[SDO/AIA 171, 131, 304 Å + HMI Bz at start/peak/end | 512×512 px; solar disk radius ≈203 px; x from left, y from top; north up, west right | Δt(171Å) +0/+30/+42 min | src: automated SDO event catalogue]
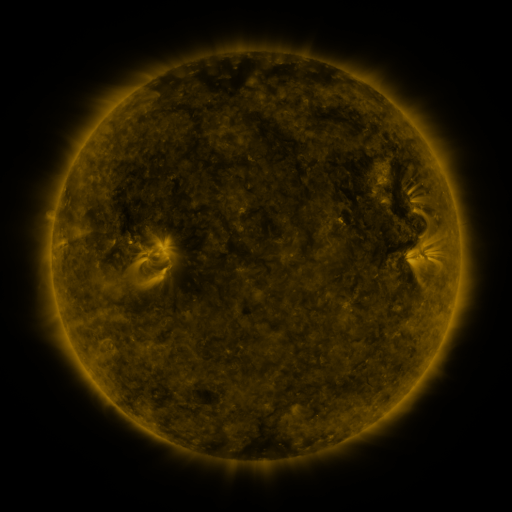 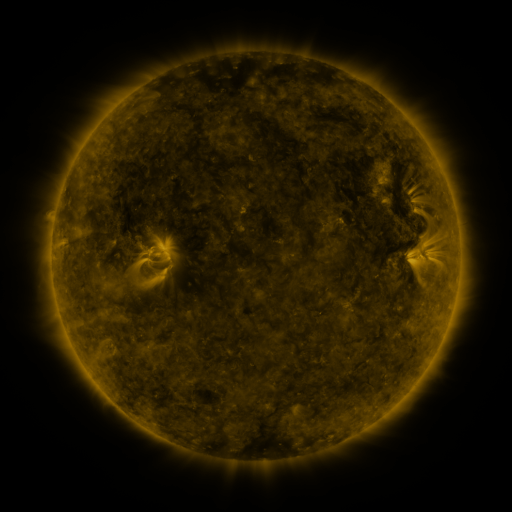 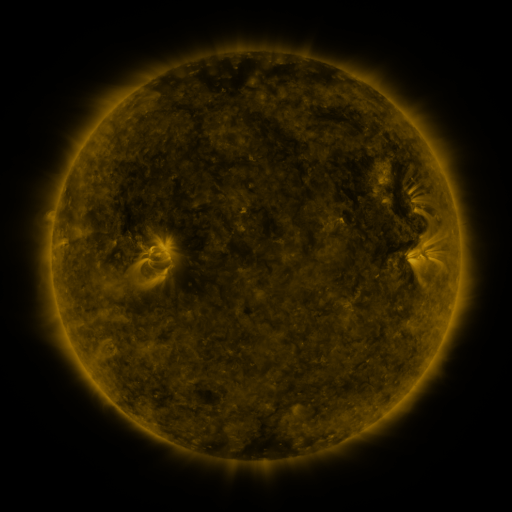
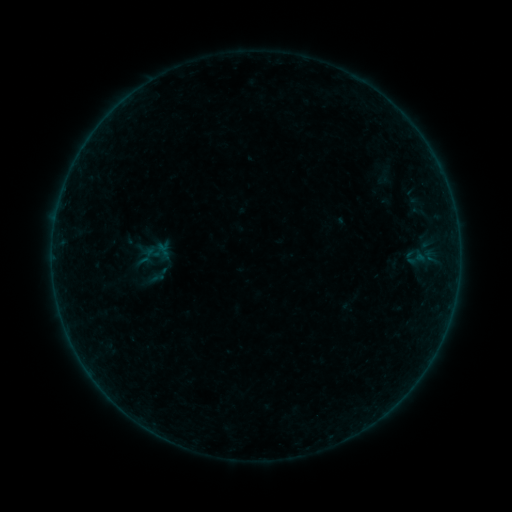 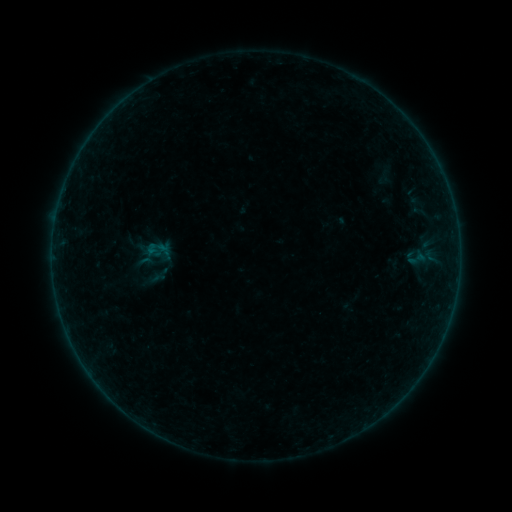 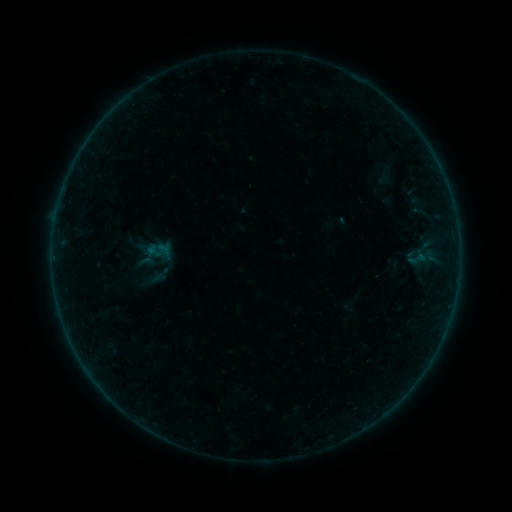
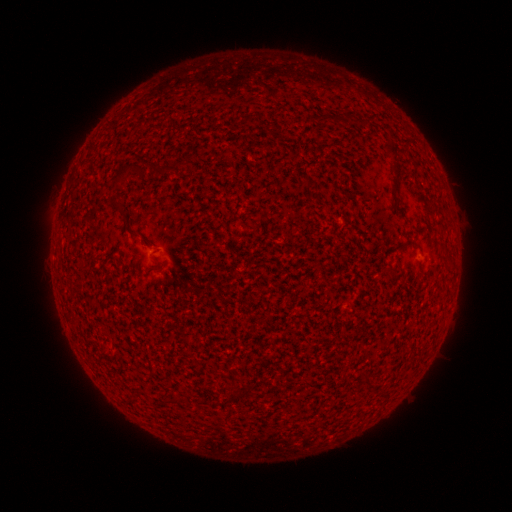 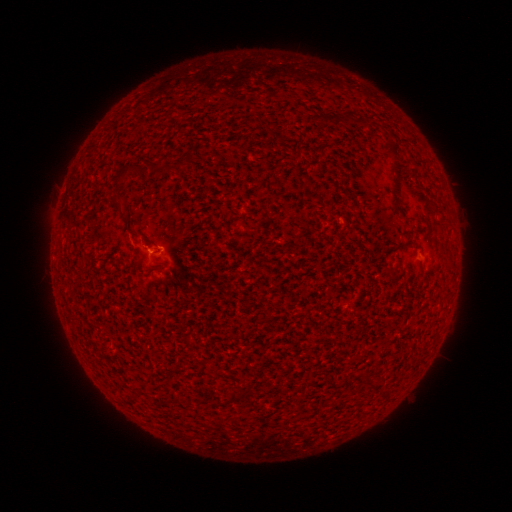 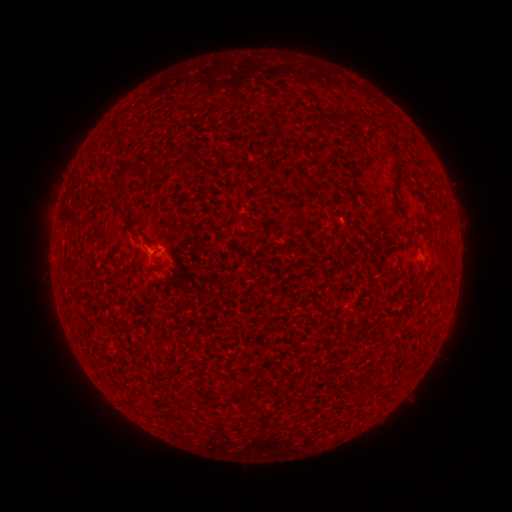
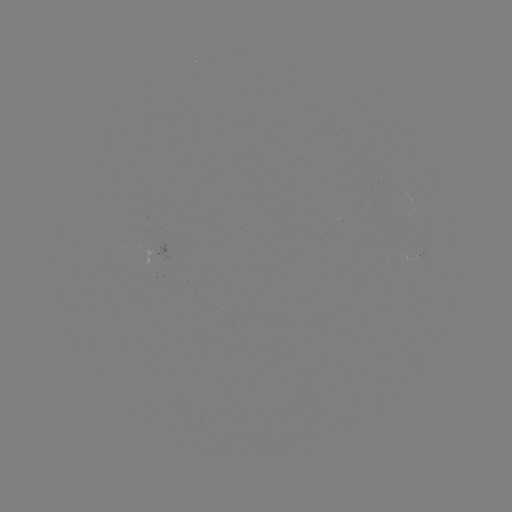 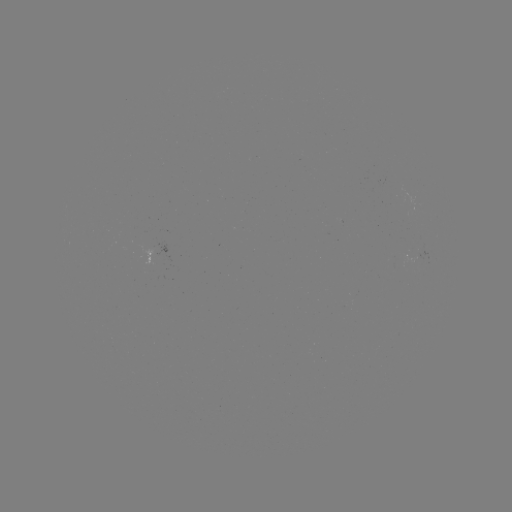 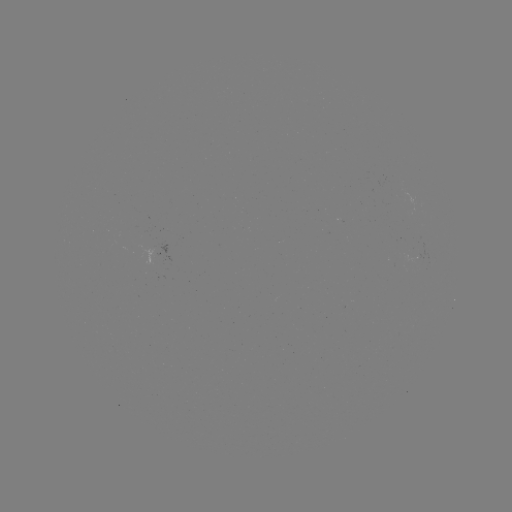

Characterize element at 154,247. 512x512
B1.5 flare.